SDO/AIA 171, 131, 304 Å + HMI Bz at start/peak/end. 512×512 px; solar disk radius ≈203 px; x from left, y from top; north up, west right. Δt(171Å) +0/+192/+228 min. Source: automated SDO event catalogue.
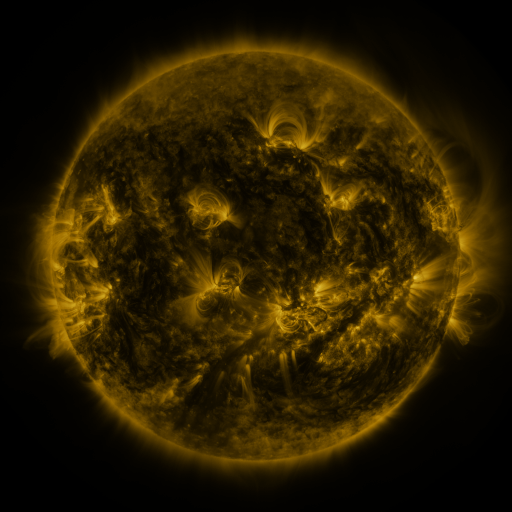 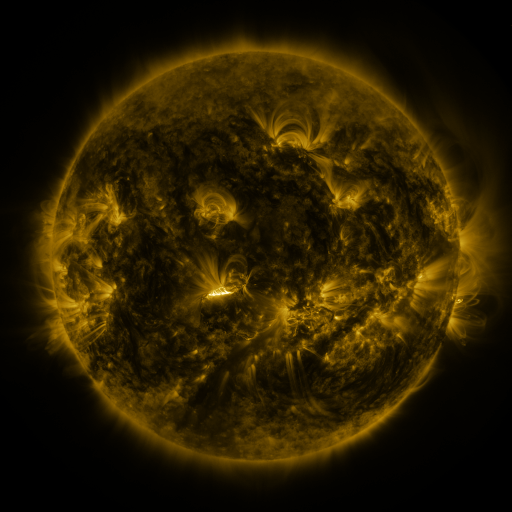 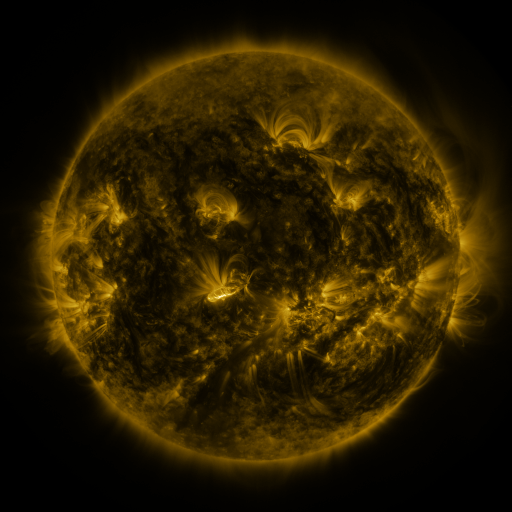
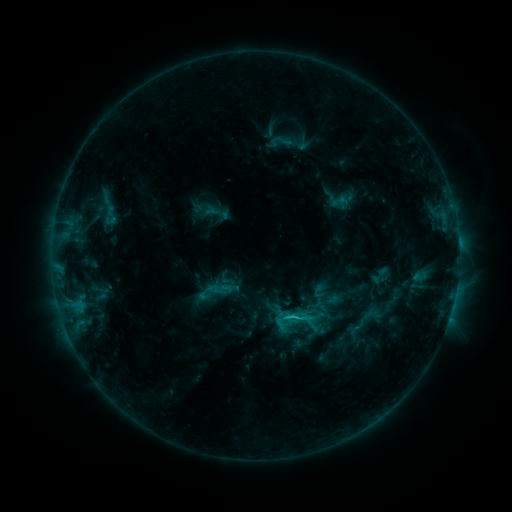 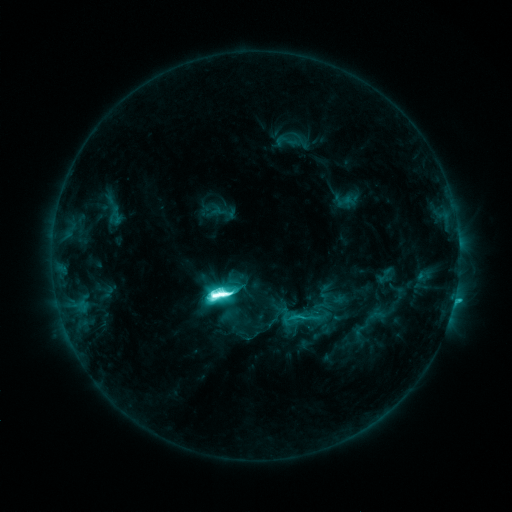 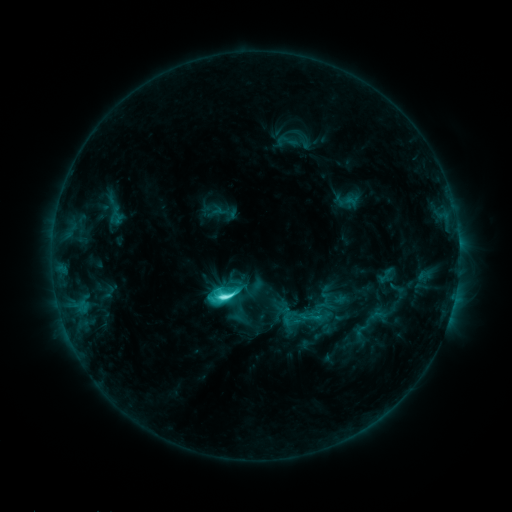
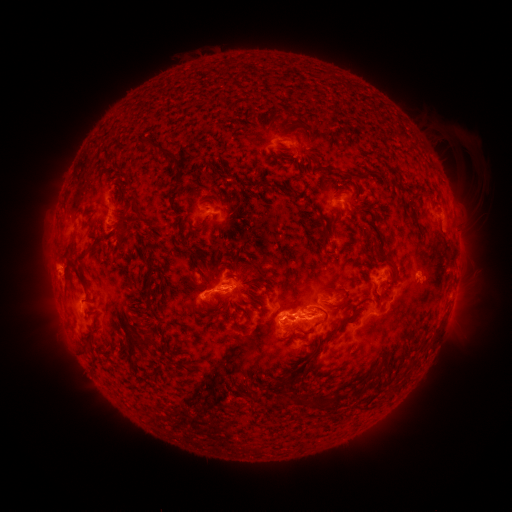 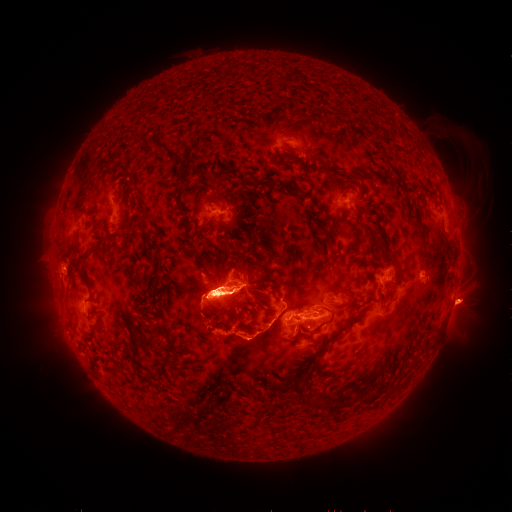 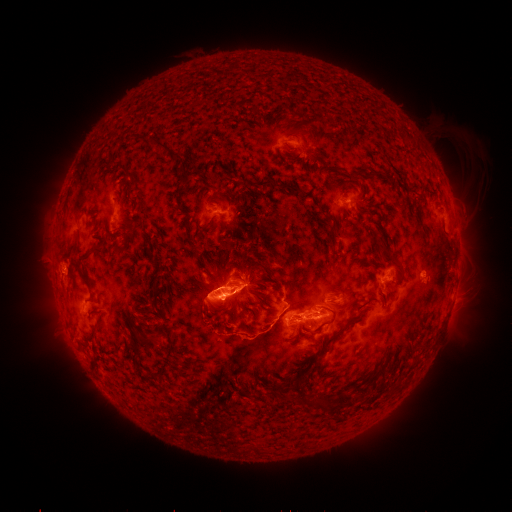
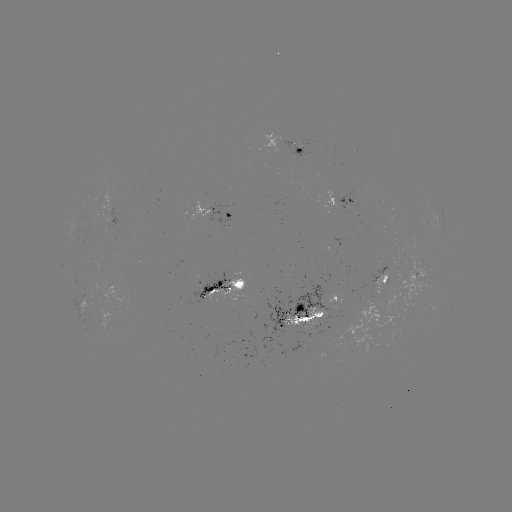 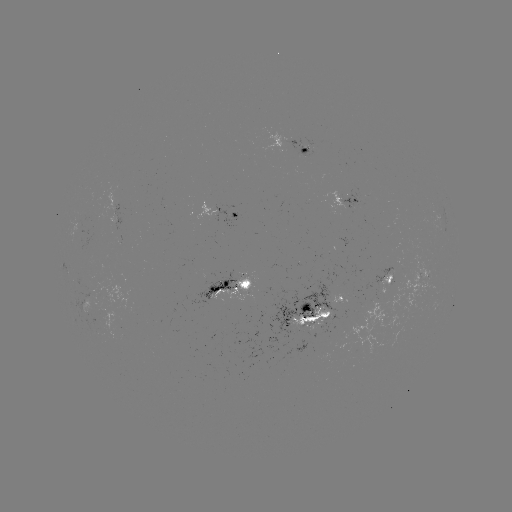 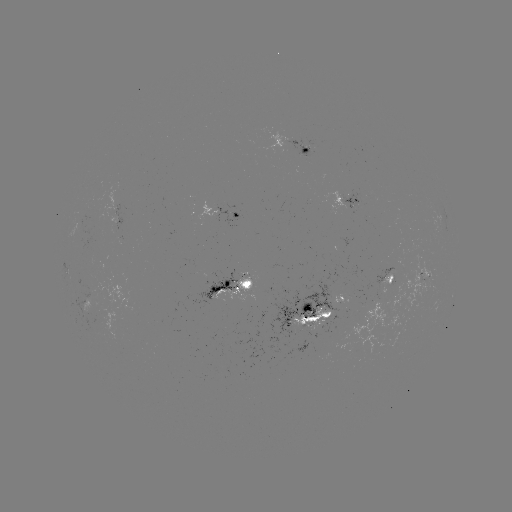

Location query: emerging-flux region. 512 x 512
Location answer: (88, 298).